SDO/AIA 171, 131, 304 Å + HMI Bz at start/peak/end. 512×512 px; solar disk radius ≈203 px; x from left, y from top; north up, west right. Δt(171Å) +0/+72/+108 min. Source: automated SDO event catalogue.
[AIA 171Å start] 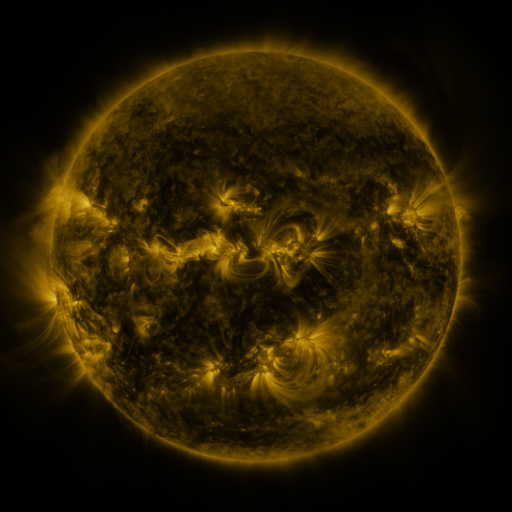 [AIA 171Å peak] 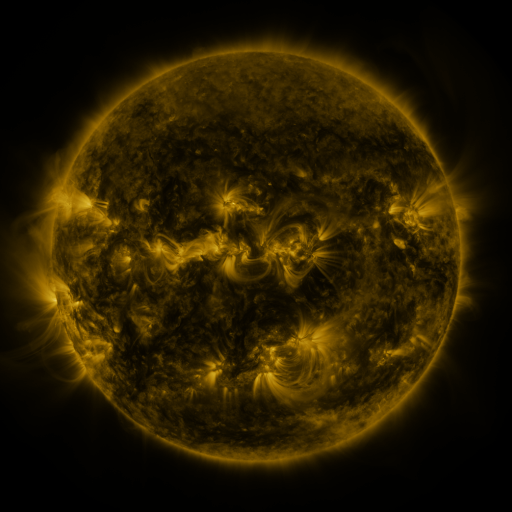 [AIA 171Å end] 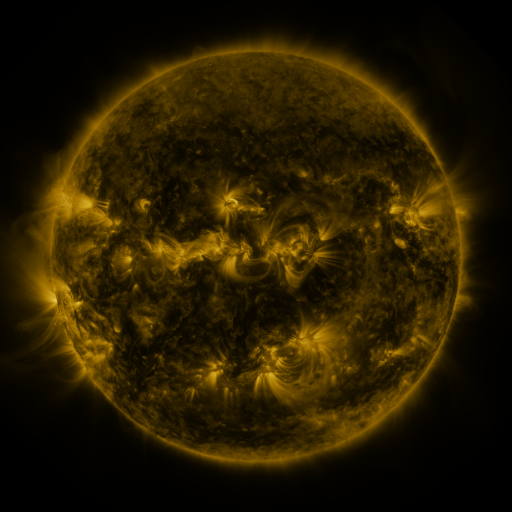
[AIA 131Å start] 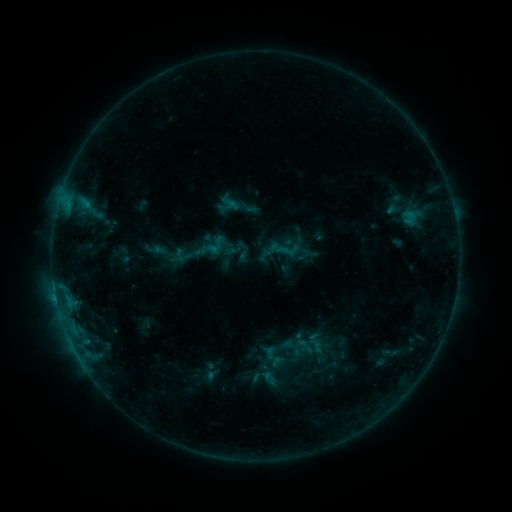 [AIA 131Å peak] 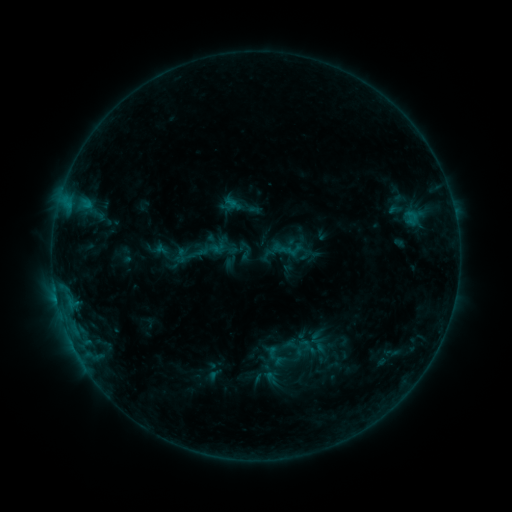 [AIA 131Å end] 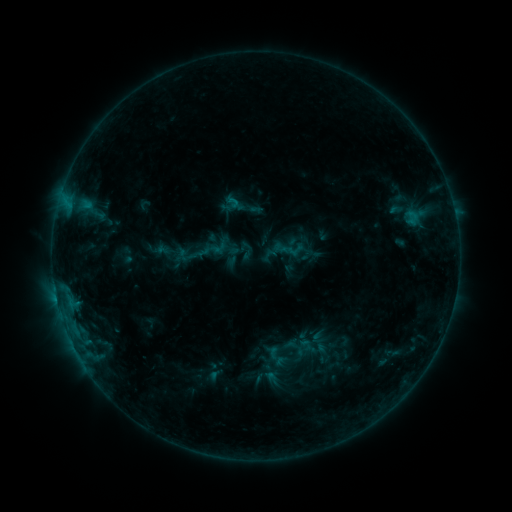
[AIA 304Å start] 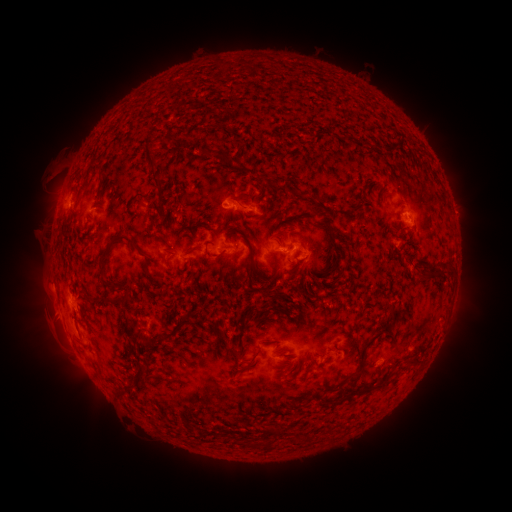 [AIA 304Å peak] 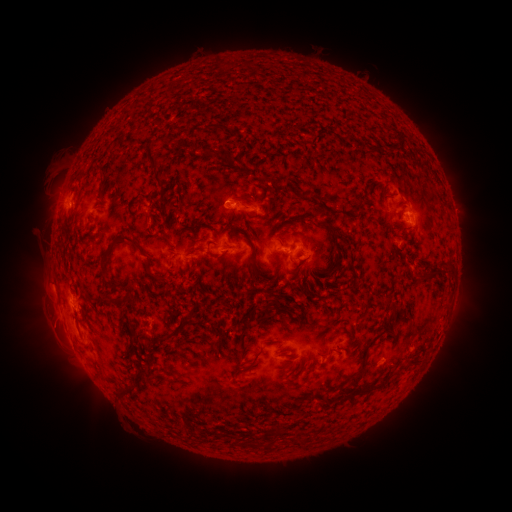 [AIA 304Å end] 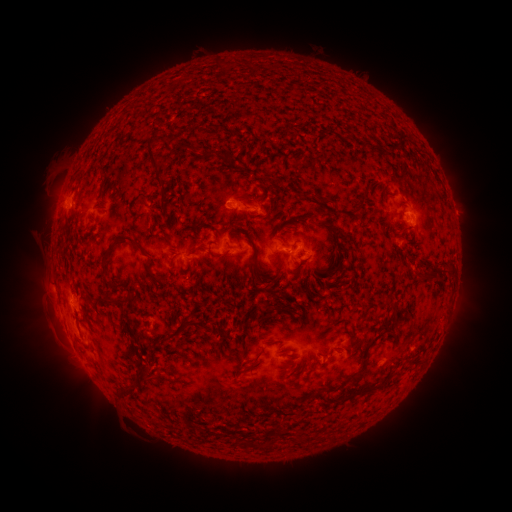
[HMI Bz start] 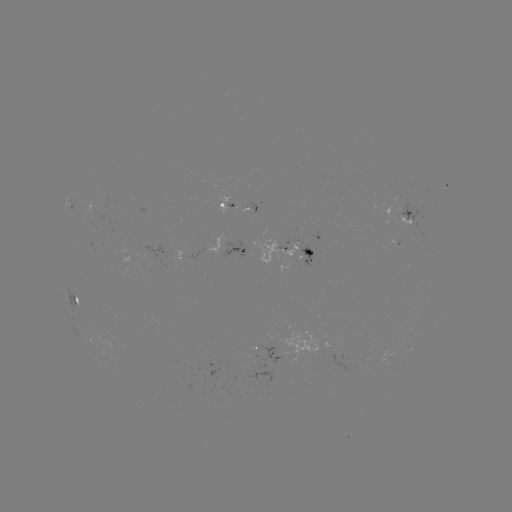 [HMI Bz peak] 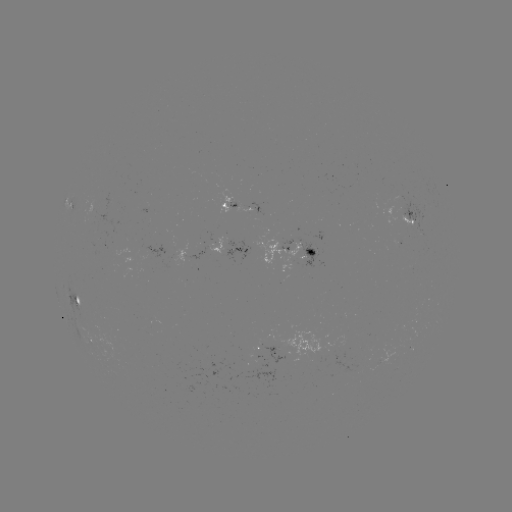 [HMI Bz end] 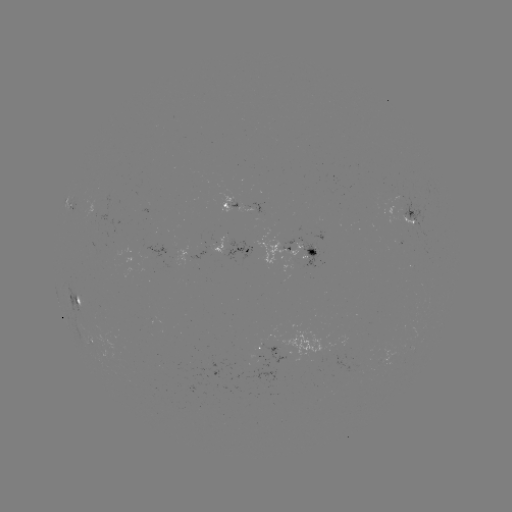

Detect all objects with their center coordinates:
emerging-flux region: (312, 250)
